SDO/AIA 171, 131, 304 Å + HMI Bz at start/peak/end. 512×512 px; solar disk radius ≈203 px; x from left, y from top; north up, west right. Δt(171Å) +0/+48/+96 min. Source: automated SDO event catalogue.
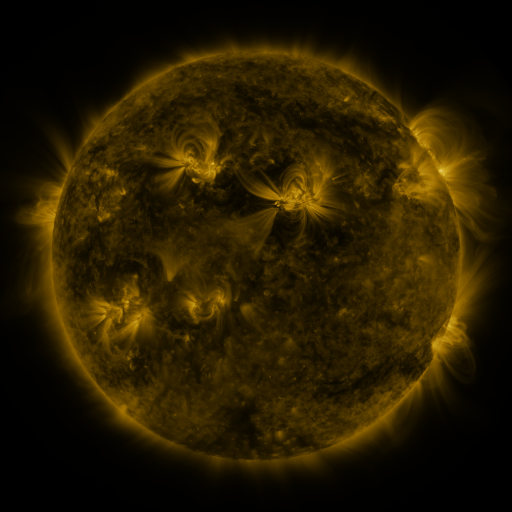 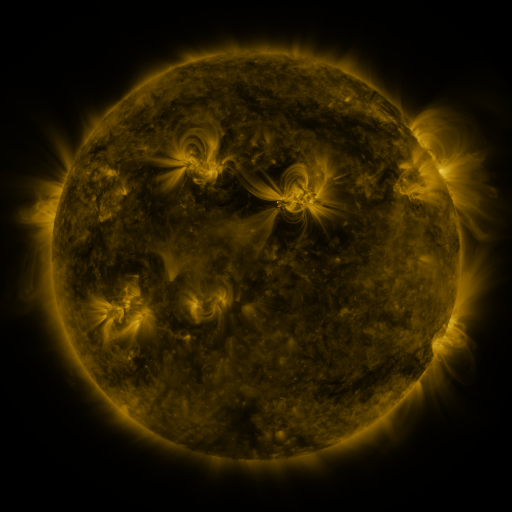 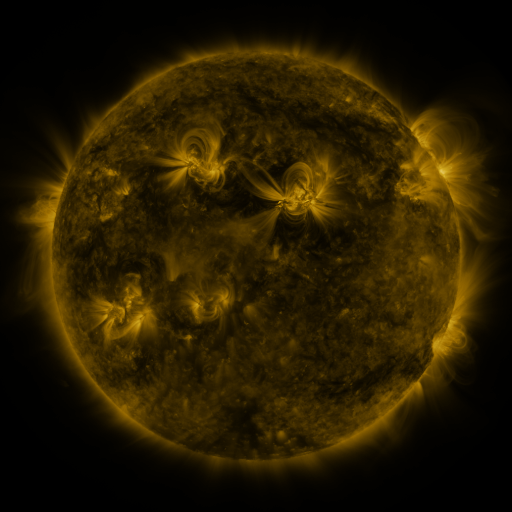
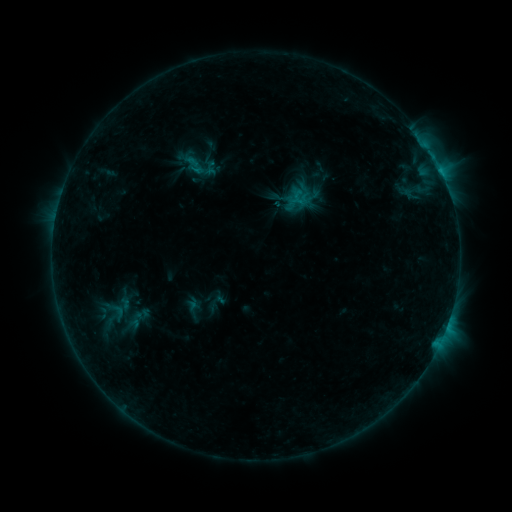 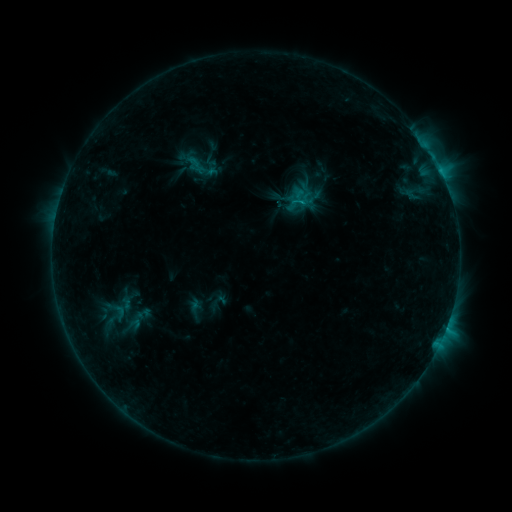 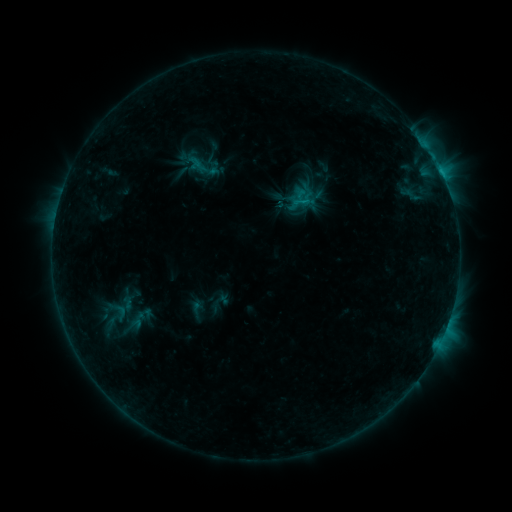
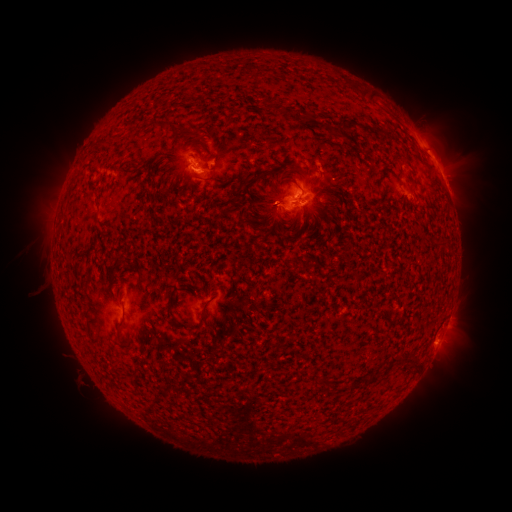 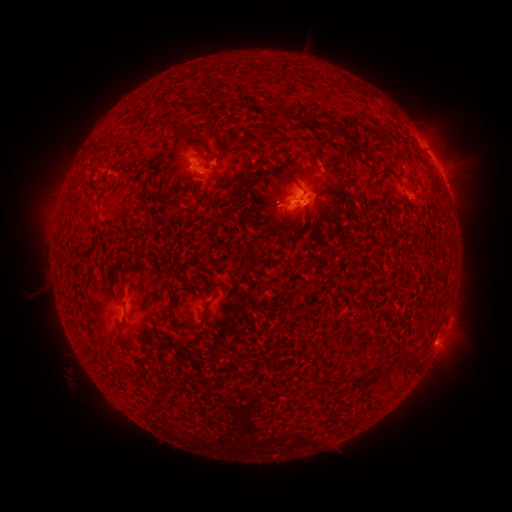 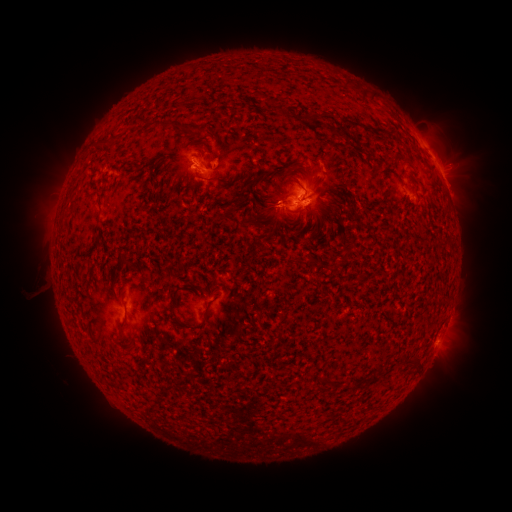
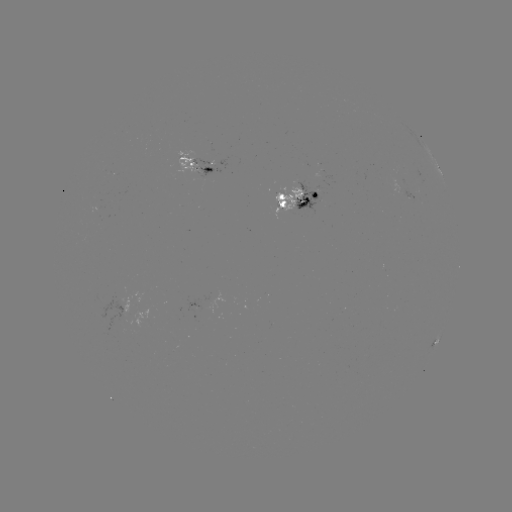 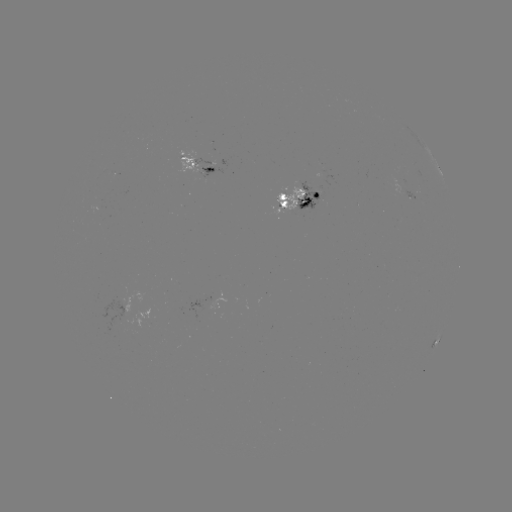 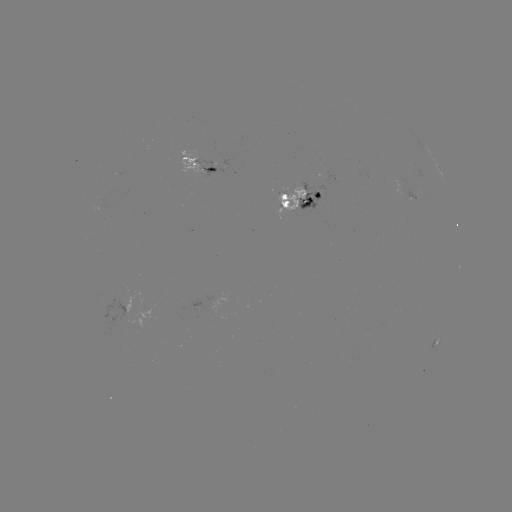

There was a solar emerging-flux region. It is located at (205, 172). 